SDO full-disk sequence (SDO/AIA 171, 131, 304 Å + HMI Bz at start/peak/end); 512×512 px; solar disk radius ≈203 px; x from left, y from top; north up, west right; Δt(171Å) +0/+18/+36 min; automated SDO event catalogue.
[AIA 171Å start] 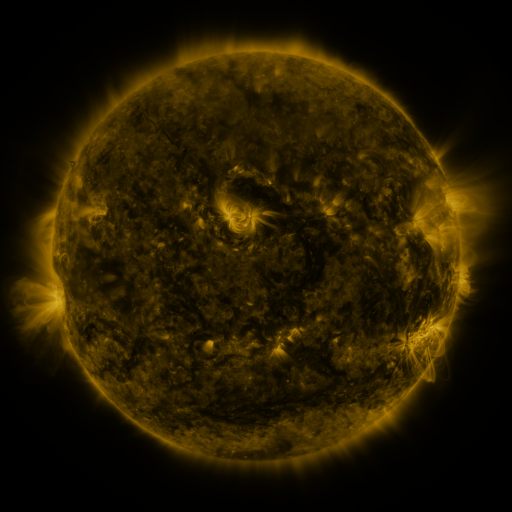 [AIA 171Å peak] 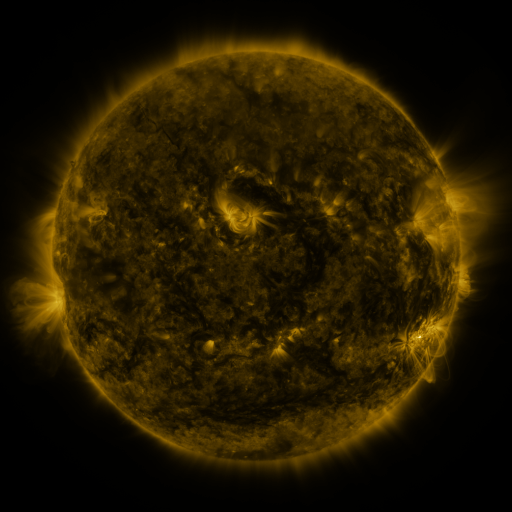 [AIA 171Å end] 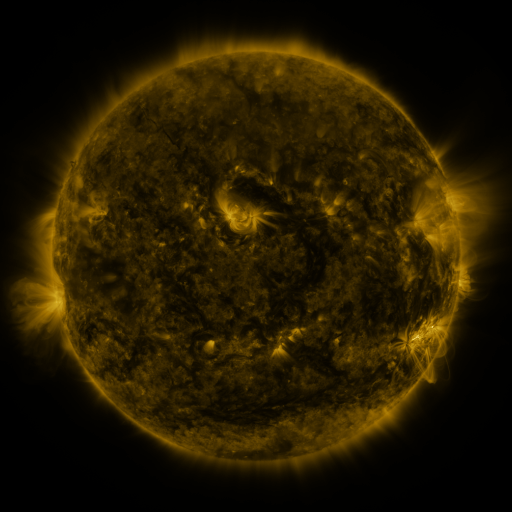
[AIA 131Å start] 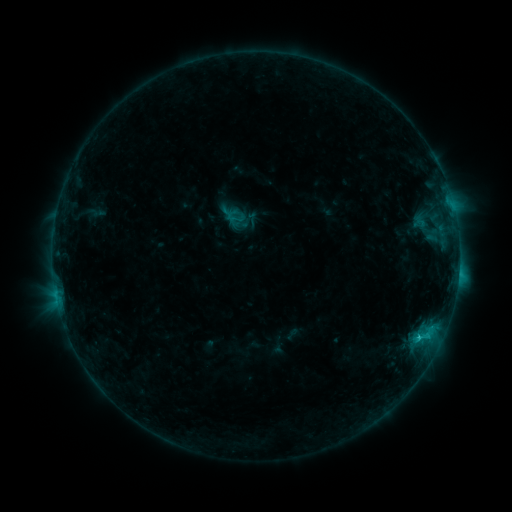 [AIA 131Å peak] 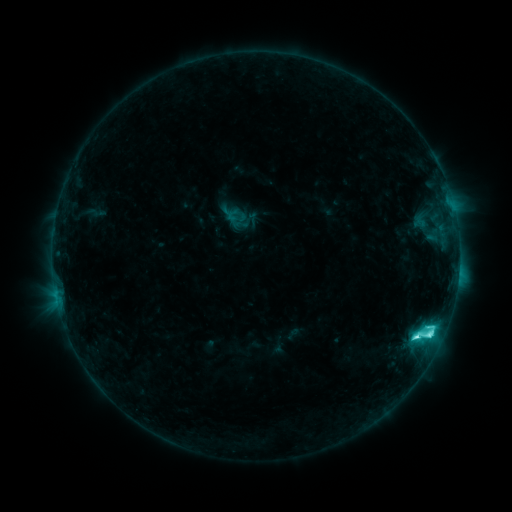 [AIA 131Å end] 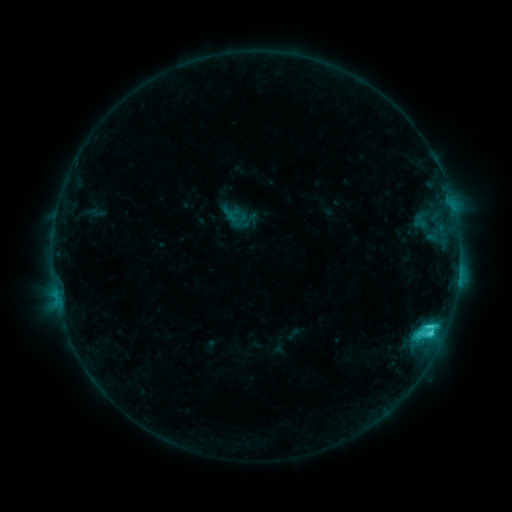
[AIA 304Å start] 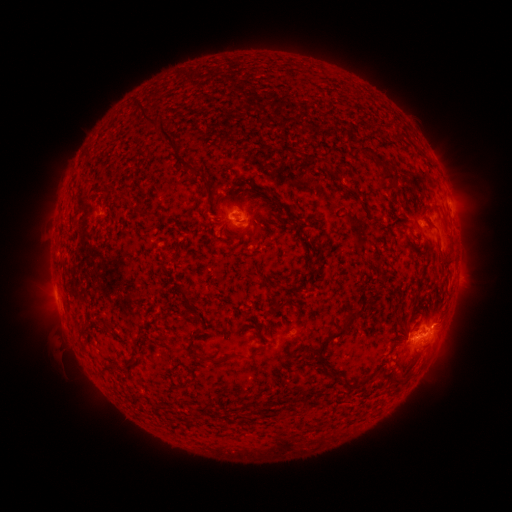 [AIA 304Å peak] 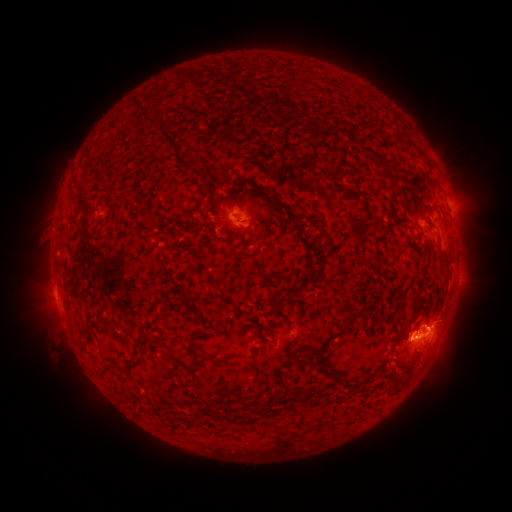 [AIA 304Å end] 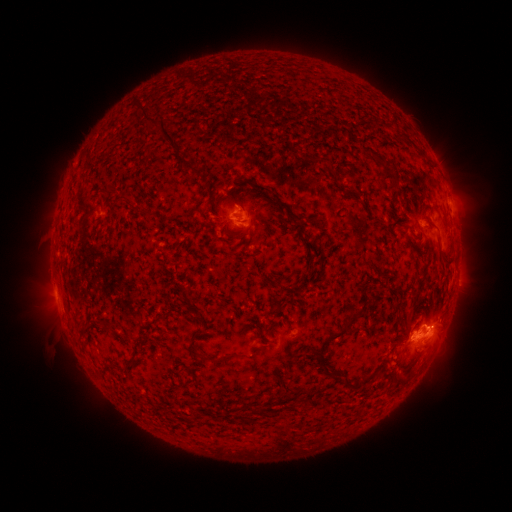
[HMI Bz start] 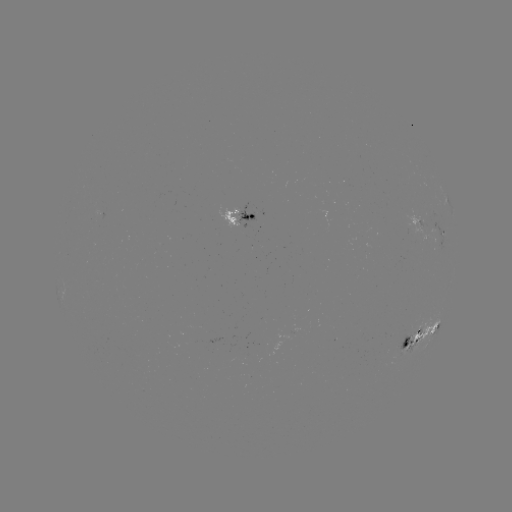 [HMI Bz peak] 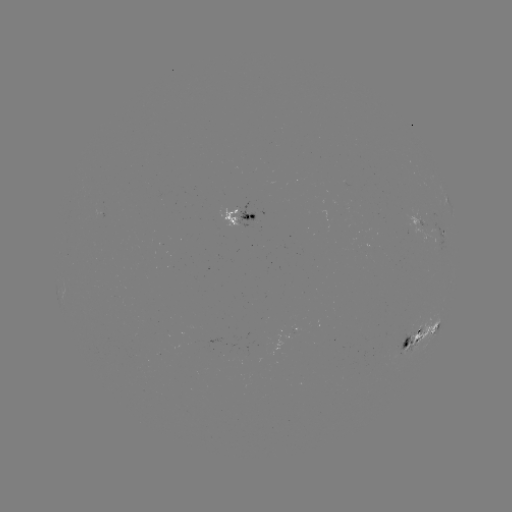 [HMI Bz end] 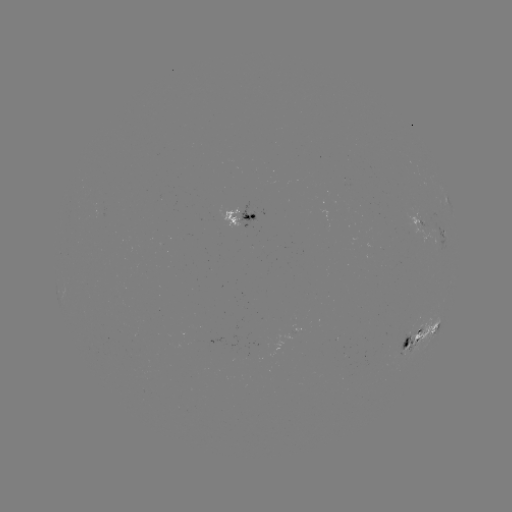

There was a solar flare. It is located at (415, 334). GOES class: C7.7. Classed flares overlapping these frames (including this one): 2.